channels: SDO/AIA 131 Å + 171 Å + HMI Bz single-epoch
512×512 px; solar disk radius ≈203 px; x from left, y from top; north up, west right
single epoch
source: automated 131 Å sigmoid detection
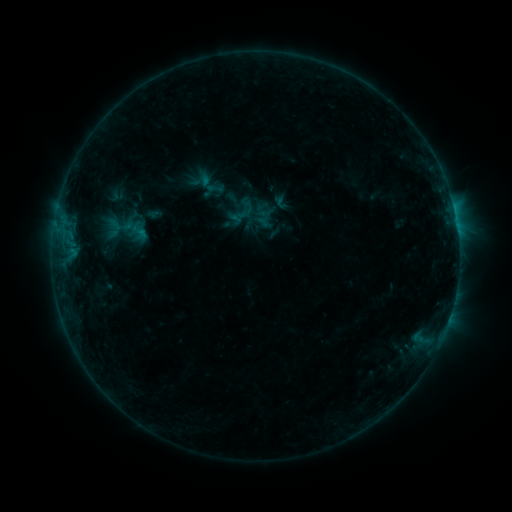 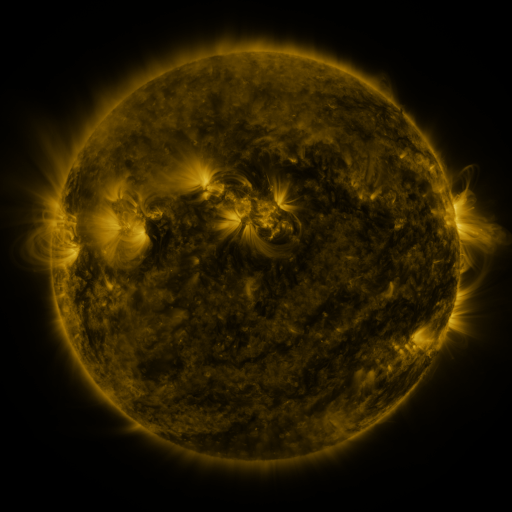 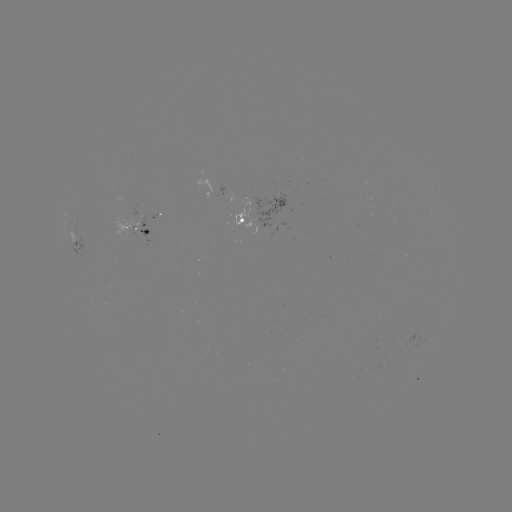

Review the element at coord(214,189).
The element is sigmoid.